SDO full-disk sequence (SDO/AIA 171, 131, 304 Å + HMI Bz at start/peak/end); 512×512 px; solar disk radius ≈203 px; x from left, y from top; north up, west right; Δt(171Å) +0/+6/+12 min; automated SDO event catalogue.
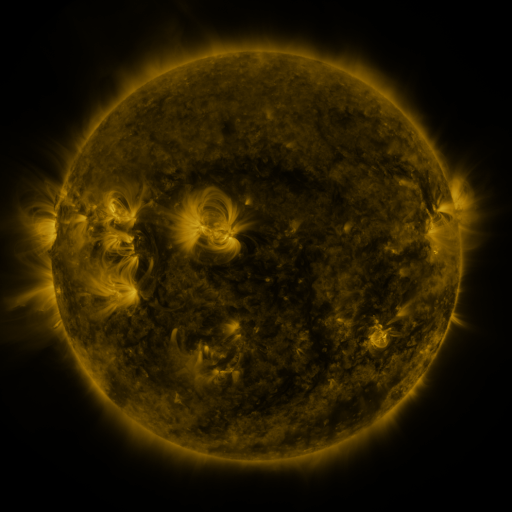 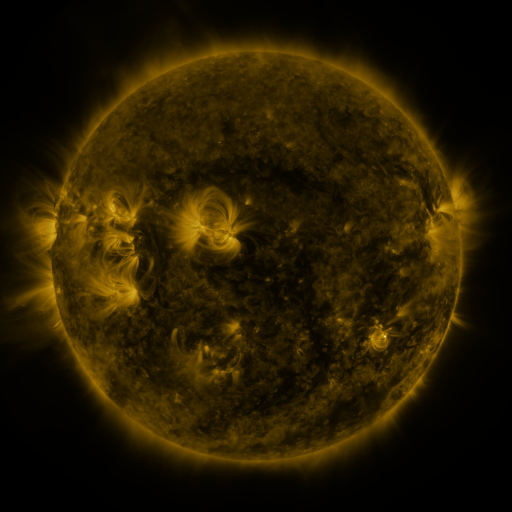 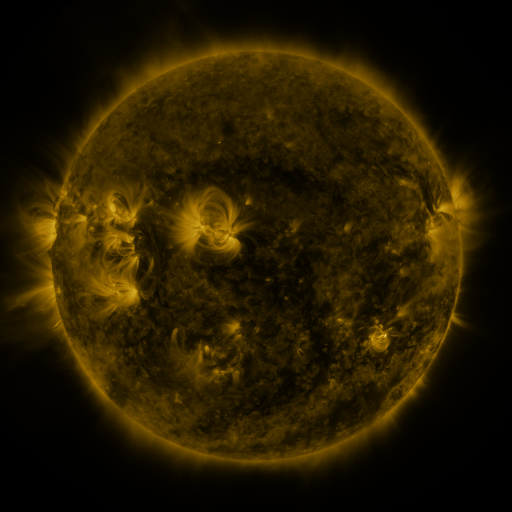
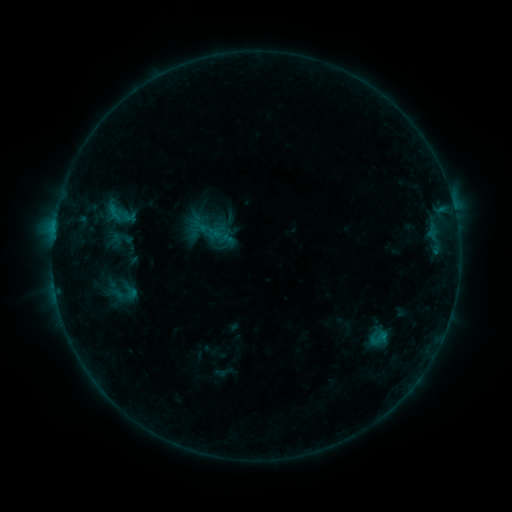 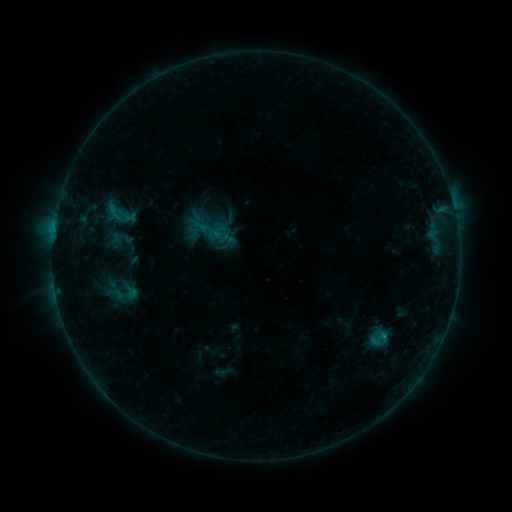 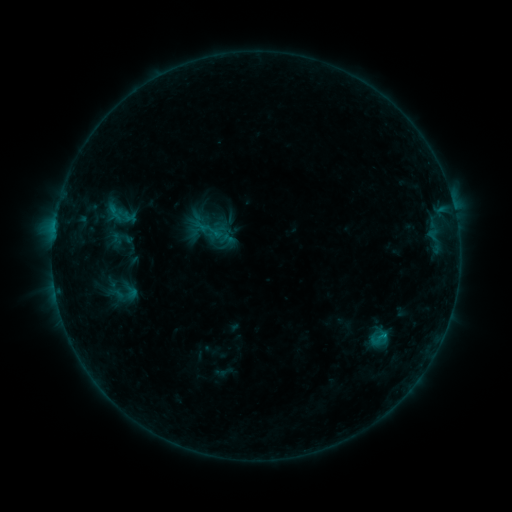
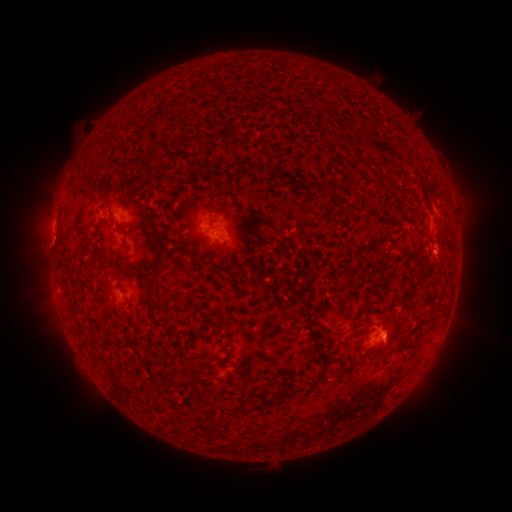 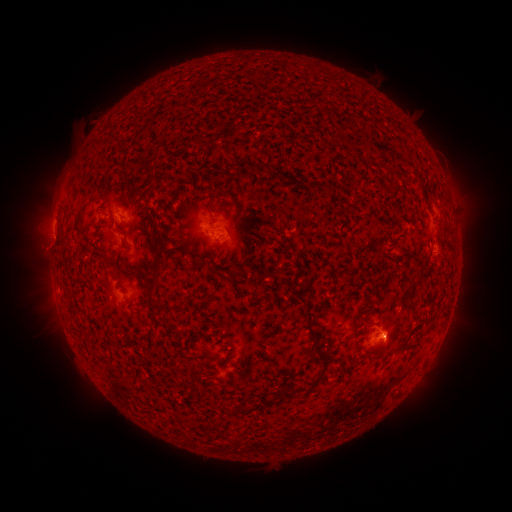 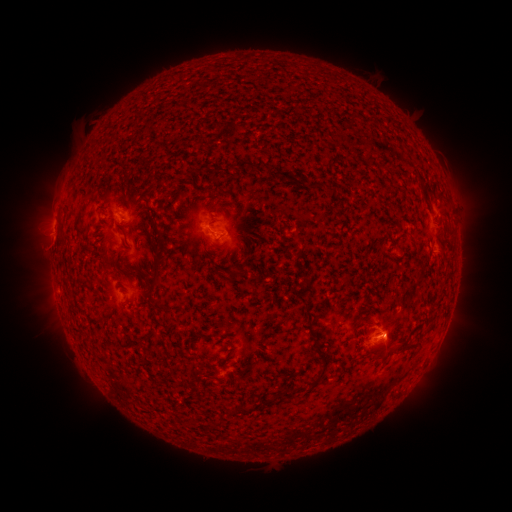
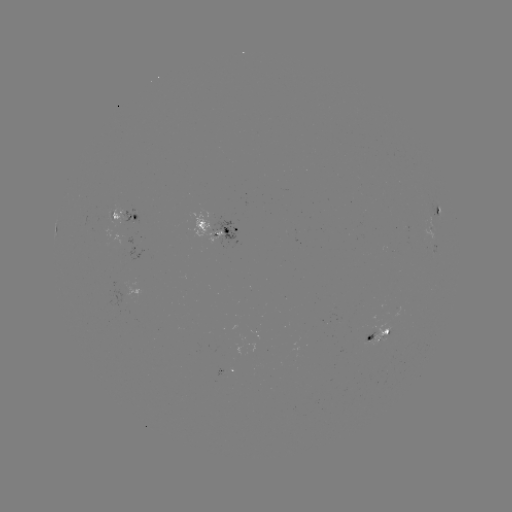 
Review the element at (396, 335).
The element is eruption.